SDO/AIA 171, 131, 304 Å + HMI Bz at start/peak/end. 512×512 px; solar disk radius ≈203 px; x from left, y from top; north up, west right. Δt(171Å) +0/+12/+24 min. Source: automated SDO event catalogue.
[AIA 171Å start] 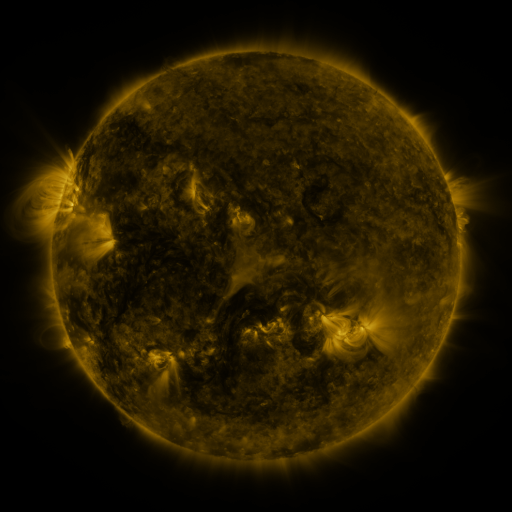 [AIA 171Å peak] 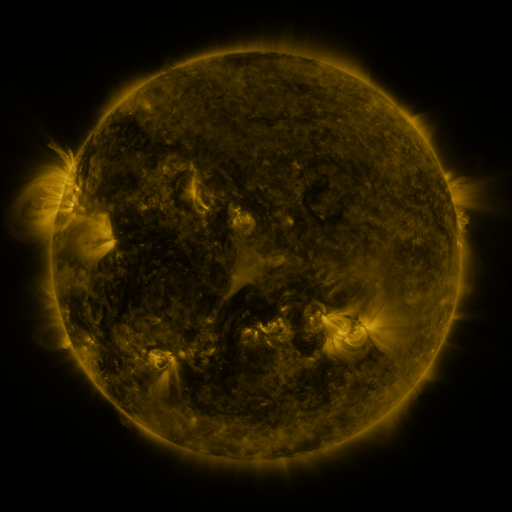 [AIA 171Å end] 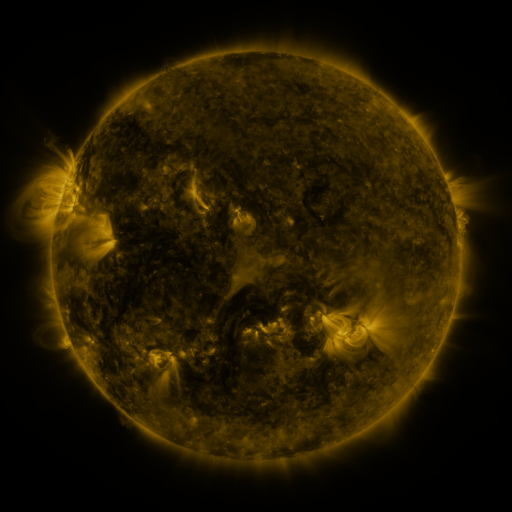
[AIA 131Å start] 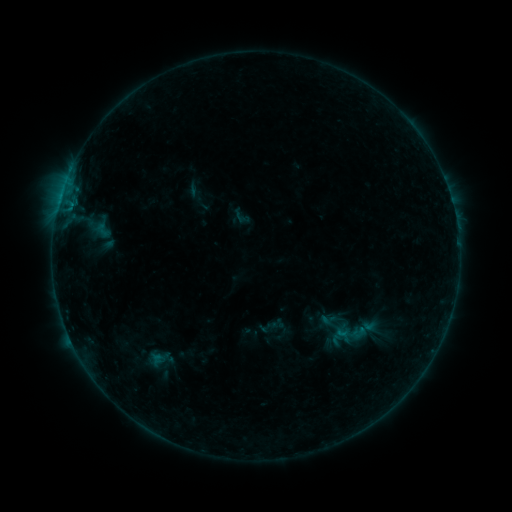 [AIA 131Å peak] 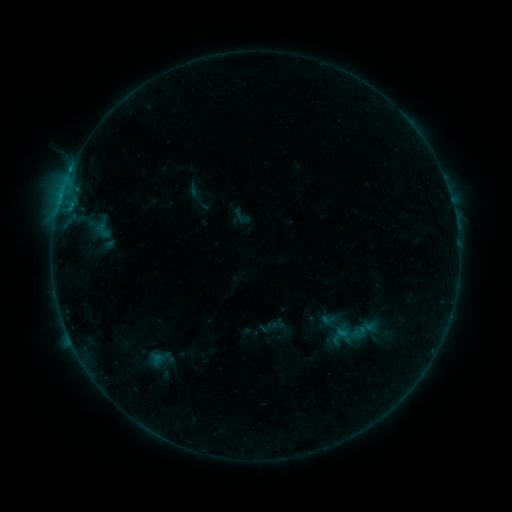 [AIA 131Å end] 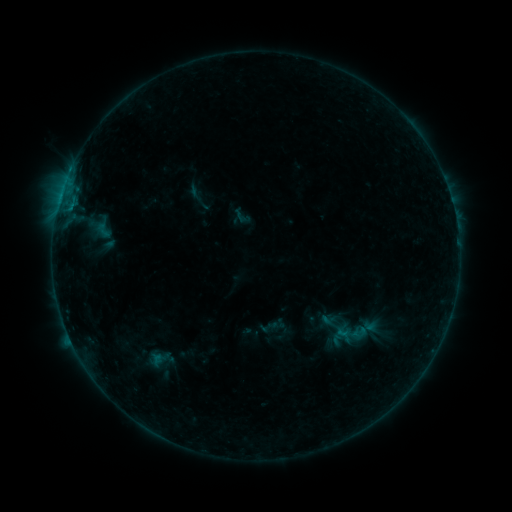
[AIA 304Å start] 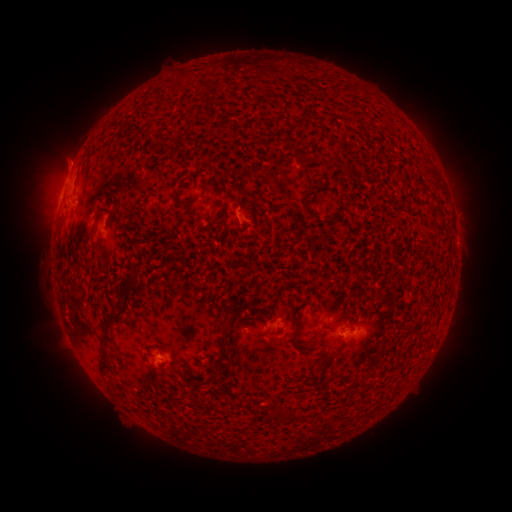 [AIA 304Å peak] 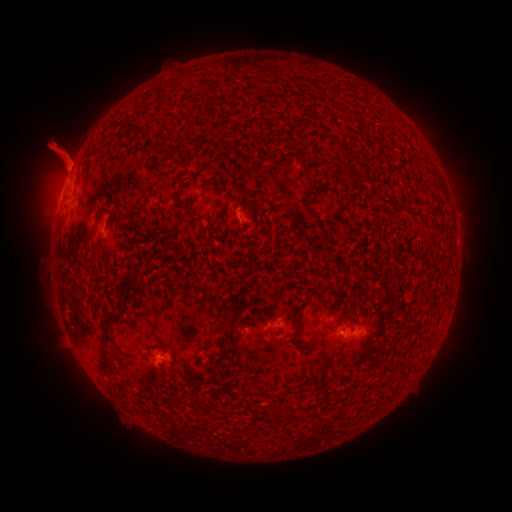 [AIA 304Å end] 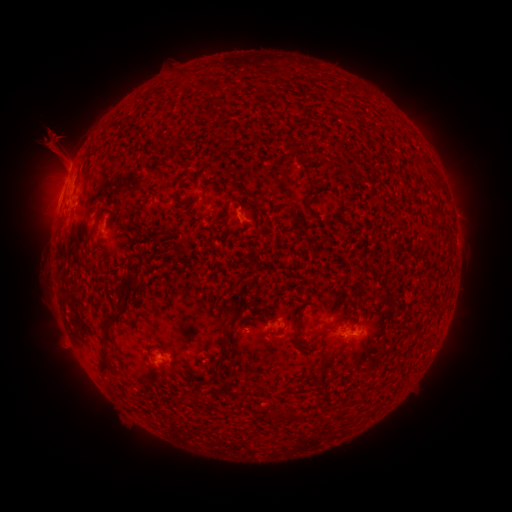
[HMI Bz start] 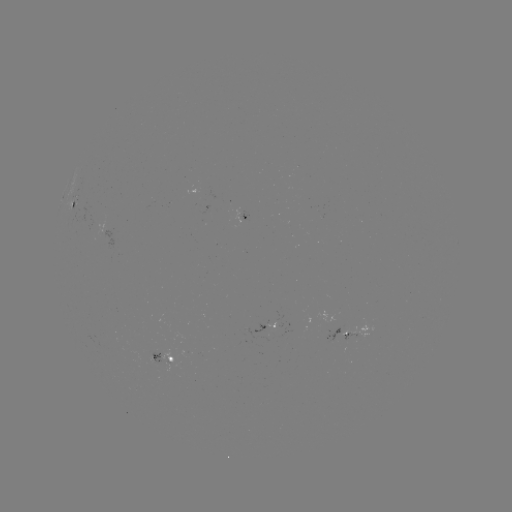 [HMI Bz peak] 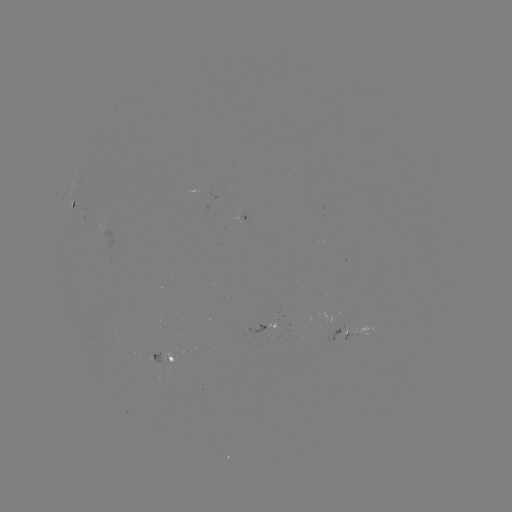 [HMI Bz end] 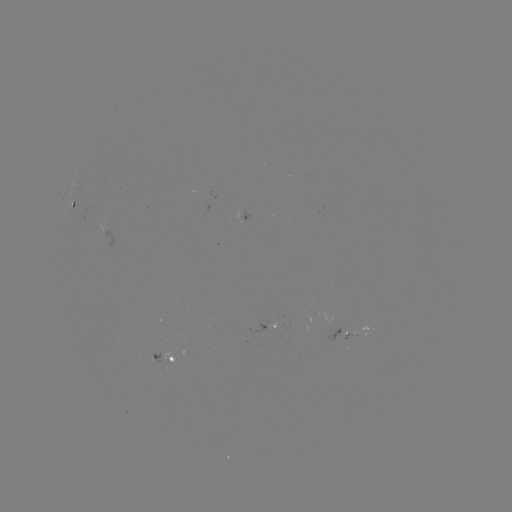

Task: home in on eruption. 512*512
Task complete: [57, 150].